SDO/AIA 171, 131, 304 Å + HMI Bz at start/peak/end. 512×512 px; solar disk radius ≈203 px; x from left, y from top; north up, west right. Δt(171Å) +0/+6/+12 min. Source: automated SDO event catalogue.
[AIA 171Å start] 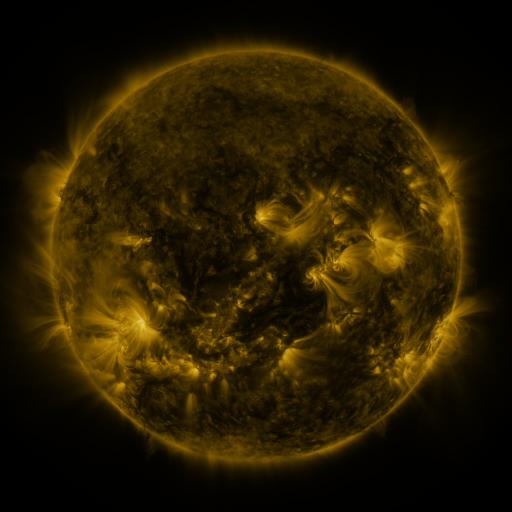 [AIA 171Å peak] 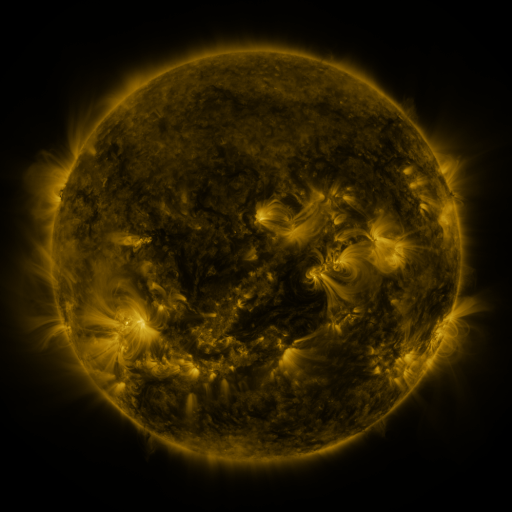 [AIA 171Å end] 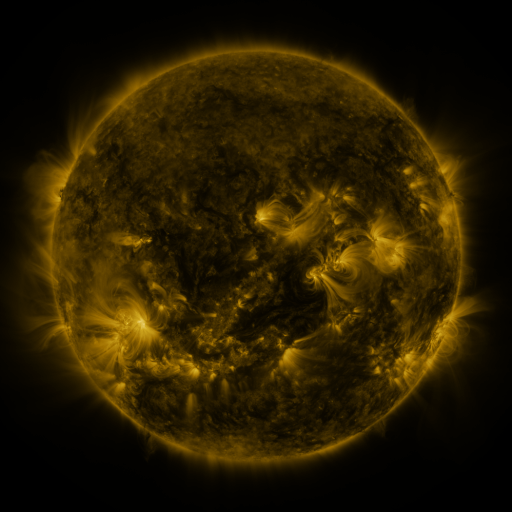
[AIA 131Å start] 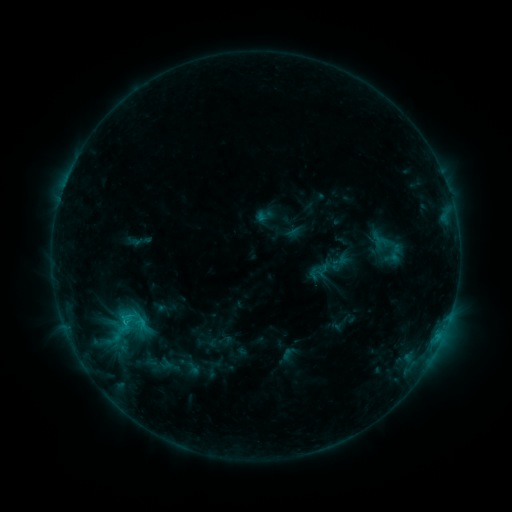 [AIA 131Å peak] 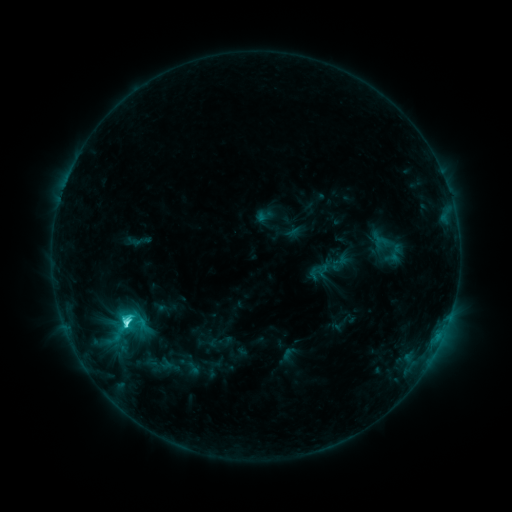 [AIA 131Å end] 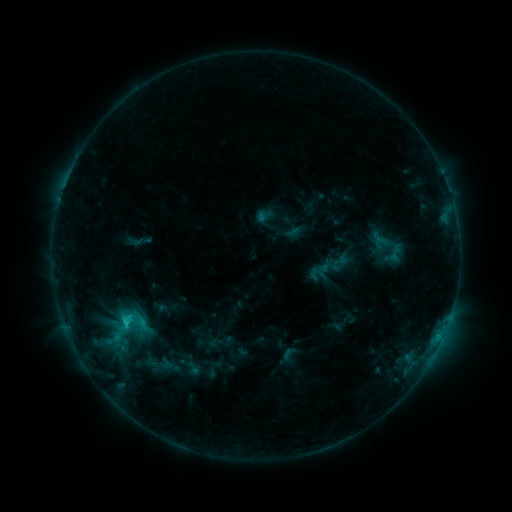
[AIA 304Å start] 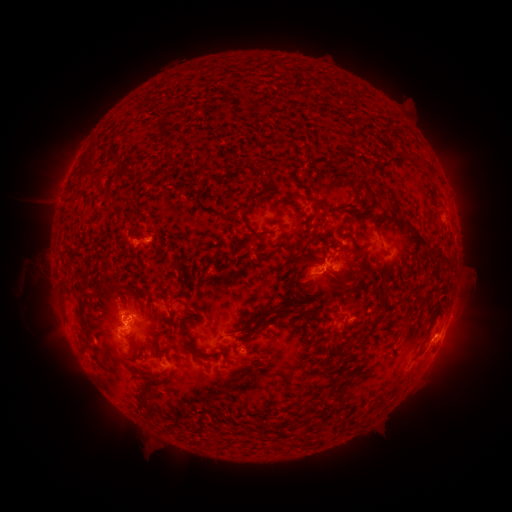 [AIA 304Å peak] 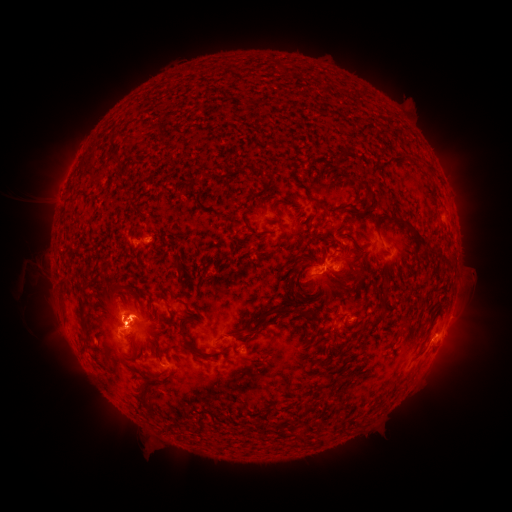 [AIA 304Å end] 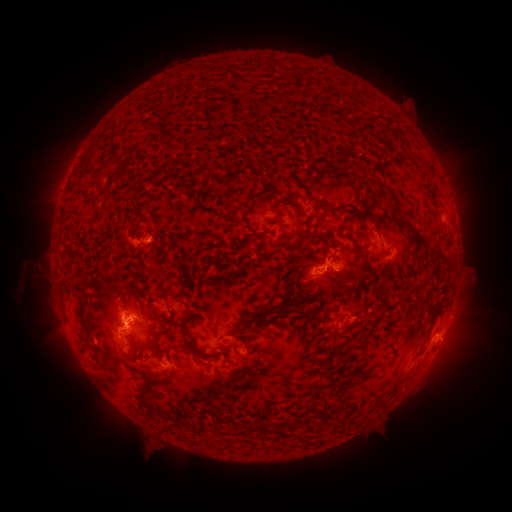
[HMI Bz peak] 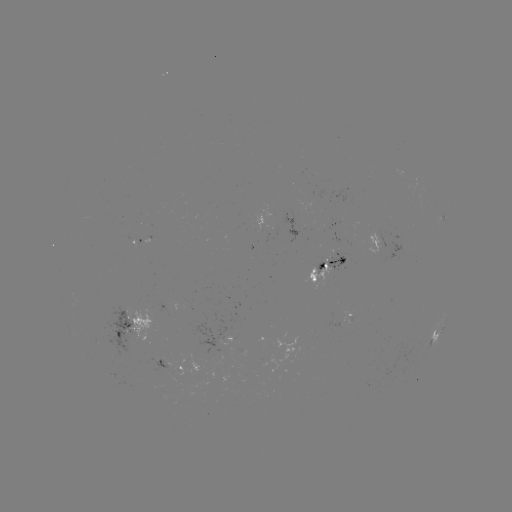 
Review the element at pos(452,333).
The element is eruption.